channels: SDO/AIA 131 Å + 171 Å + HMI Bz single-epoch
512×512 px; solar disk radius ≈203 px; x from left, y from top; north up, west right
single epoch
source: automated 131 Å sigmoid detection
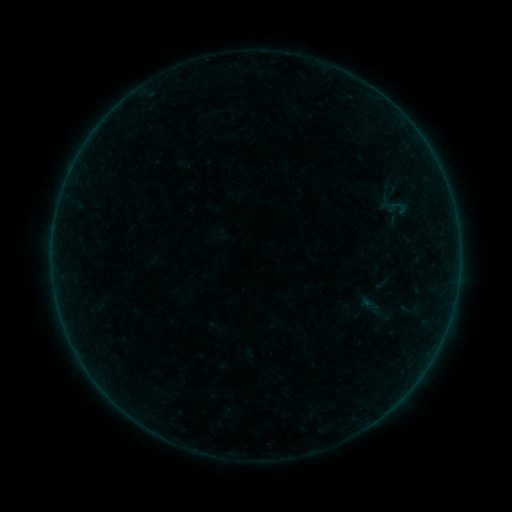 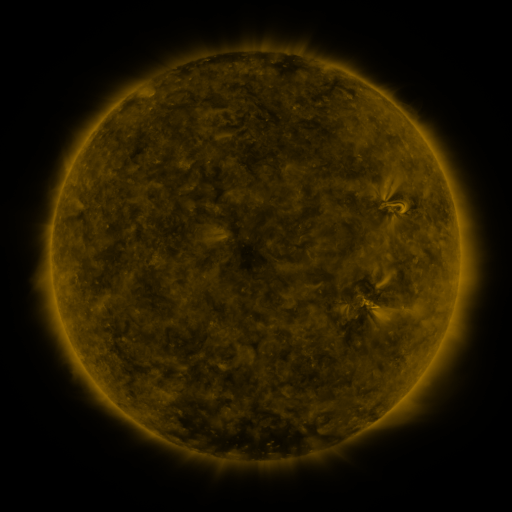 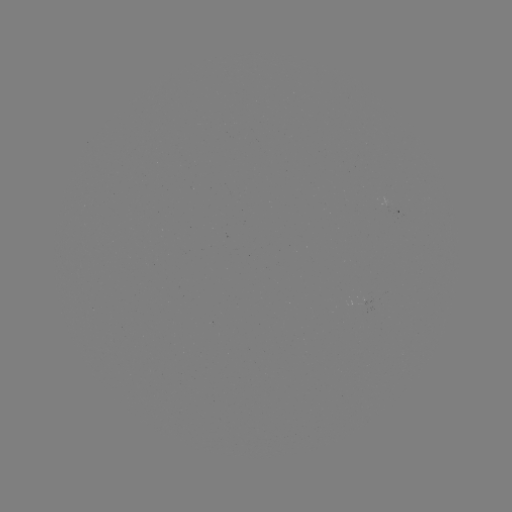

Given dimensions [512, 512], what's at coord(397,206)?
sigmoid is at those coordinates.